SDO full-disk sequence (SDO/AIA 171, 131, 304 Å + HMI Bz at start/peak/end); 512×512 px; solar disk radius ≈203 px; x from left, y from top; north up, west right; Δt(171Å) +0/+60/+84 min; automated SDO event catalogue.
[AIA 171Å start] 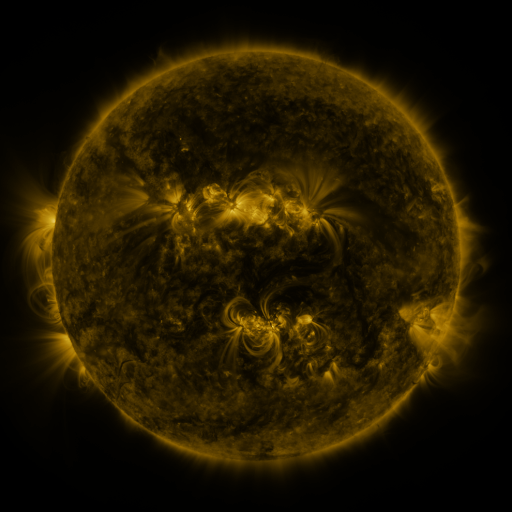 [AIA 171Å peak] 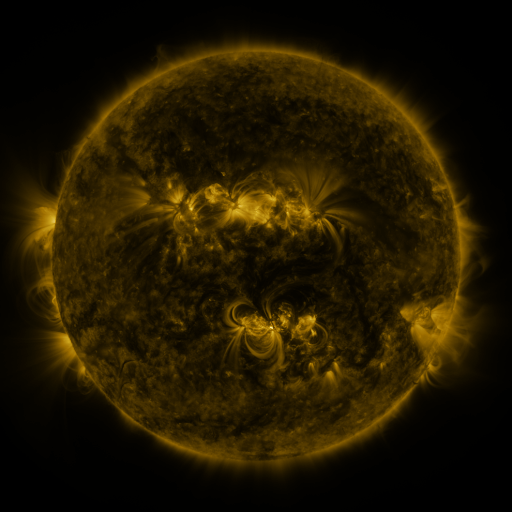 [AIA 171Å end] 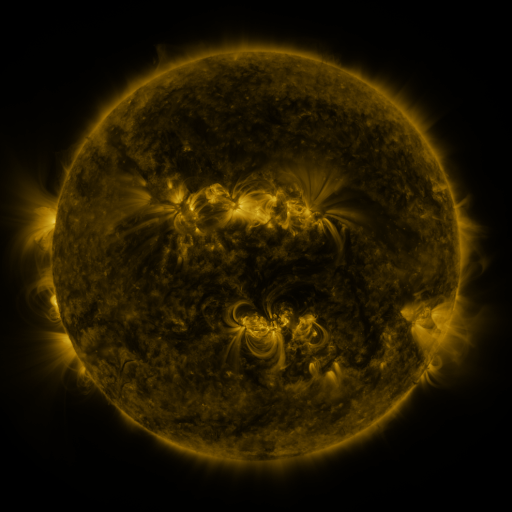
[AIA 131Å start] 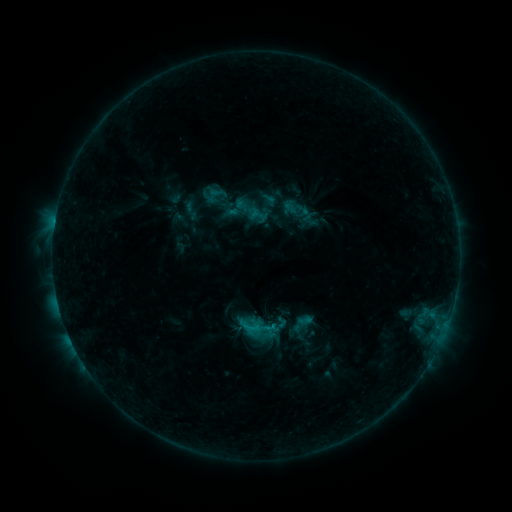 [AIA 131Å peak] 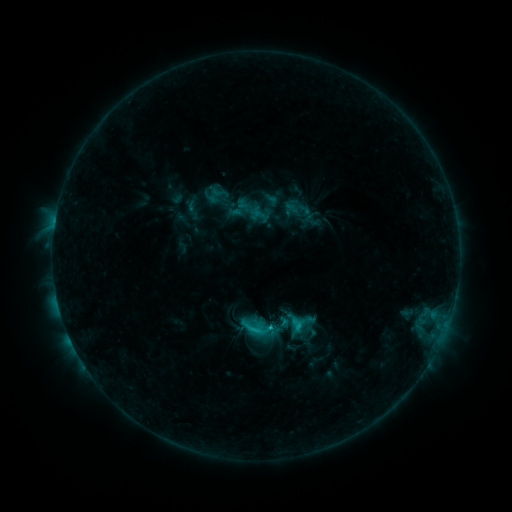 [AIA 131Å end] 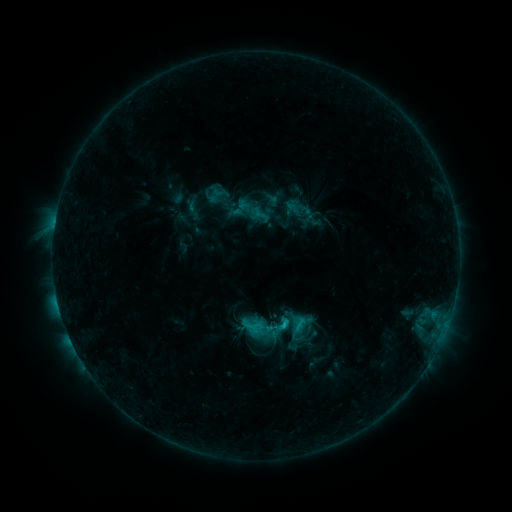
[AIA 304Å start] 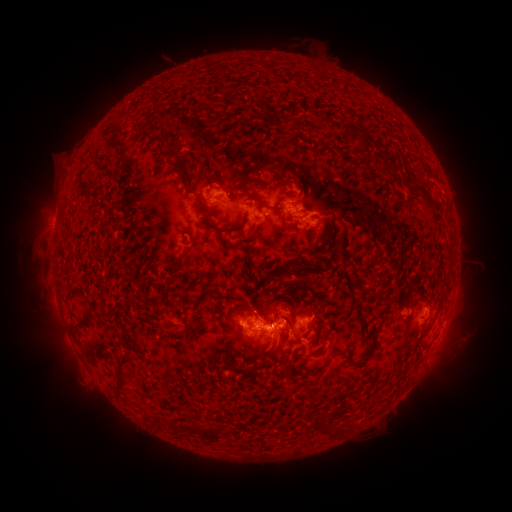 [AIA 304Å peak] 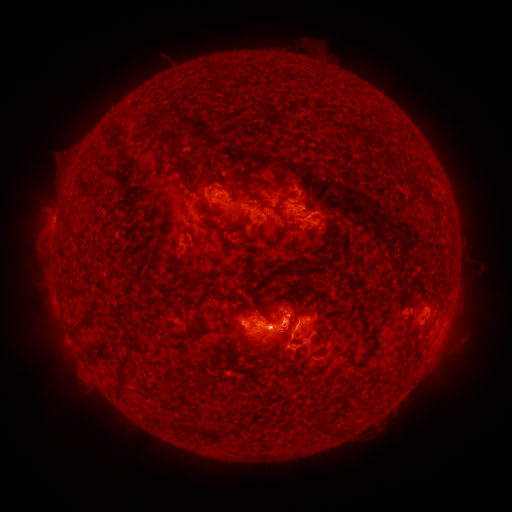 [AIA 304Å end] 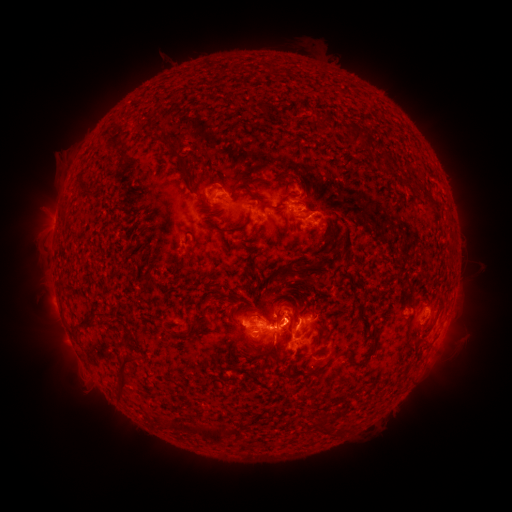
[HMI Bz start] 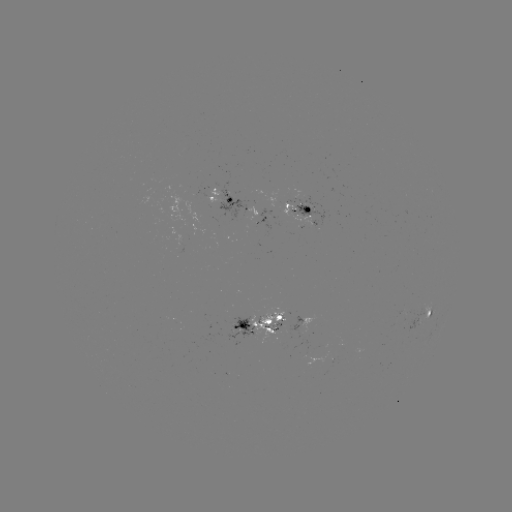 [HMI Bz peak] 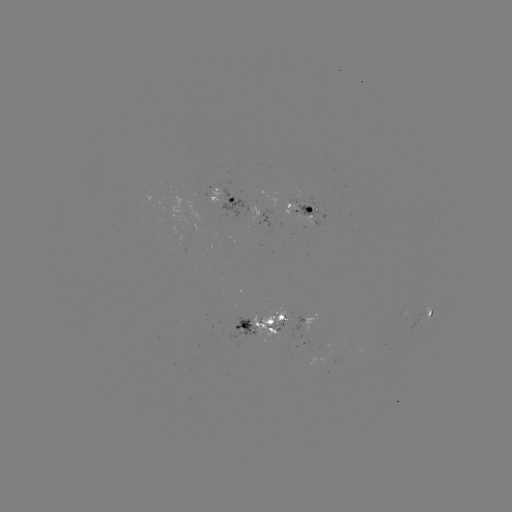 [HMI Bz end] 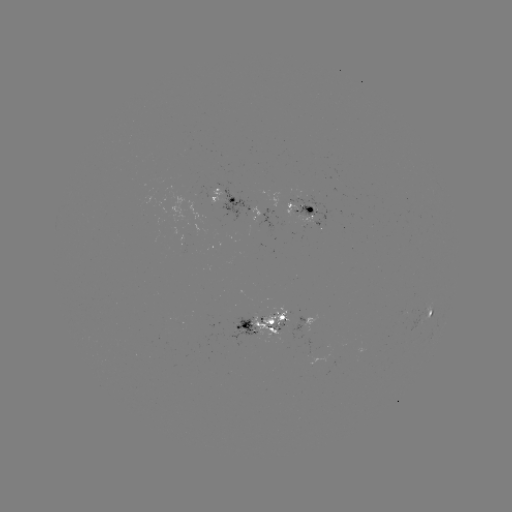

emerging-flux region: (257, 310, 261, 321)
